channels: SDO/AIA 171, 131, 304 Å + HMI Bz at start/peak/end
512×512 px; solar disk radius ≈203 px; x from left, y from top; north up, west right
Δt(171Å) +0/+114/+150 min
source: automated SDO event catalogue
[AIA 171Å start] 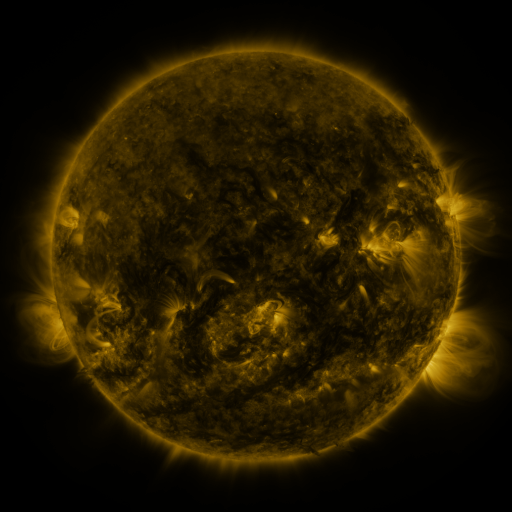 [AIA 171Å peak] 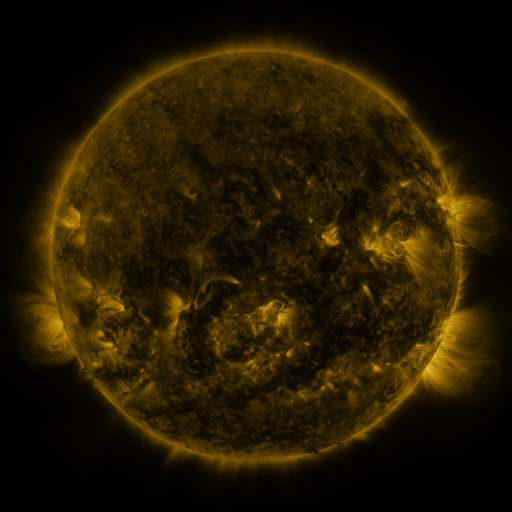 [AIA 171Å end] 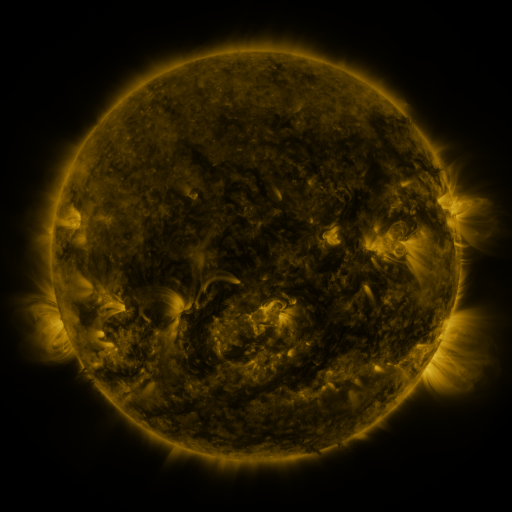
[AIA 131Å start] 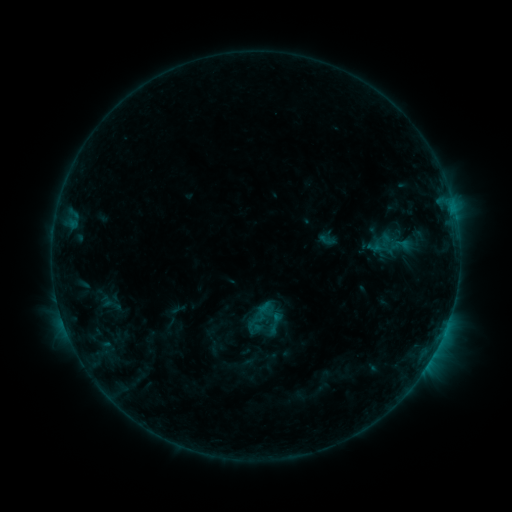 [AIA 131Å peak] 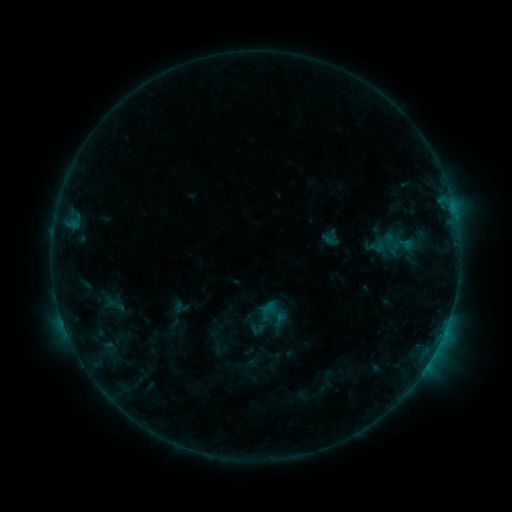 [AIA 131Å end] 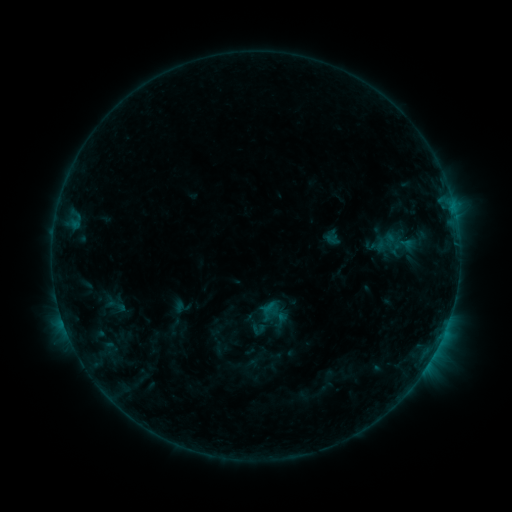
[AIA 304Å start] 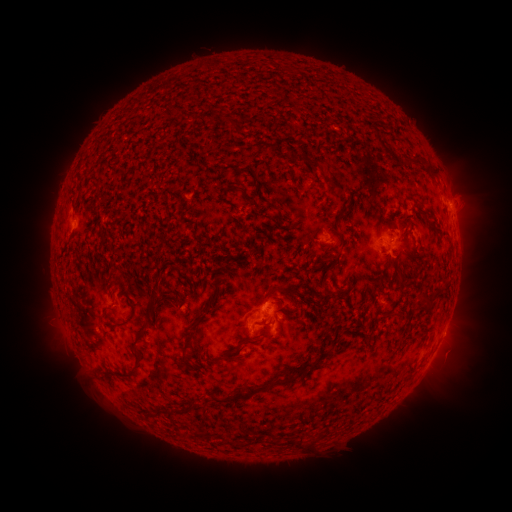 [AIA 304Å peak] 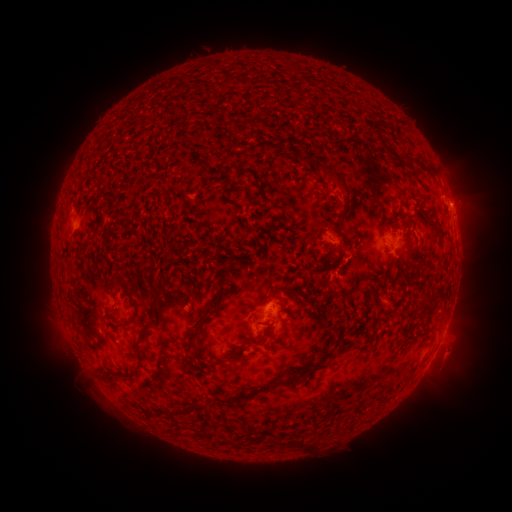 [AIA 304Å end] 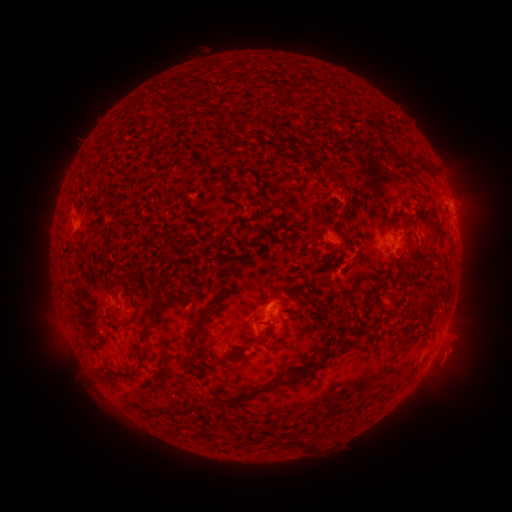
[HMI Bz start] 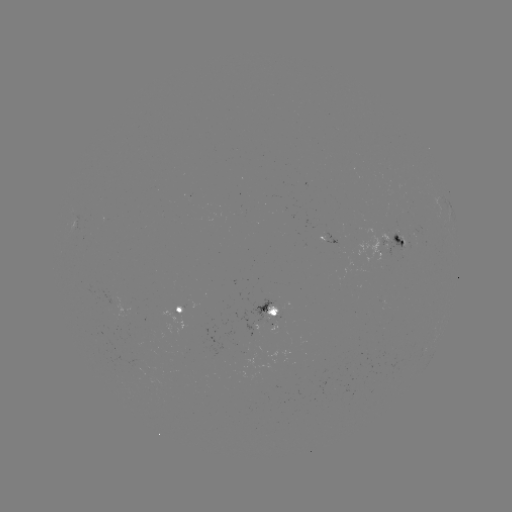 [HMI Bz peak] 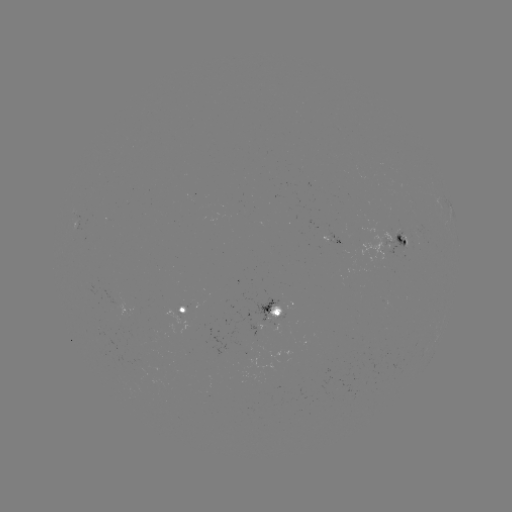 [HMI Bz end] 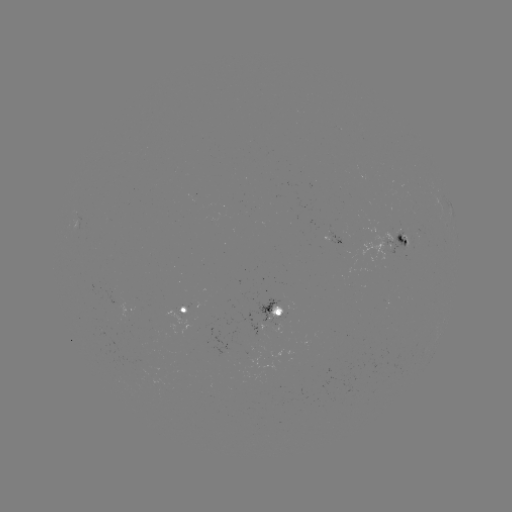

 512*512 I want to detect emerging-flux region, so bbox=[175, 306, 187, 317].